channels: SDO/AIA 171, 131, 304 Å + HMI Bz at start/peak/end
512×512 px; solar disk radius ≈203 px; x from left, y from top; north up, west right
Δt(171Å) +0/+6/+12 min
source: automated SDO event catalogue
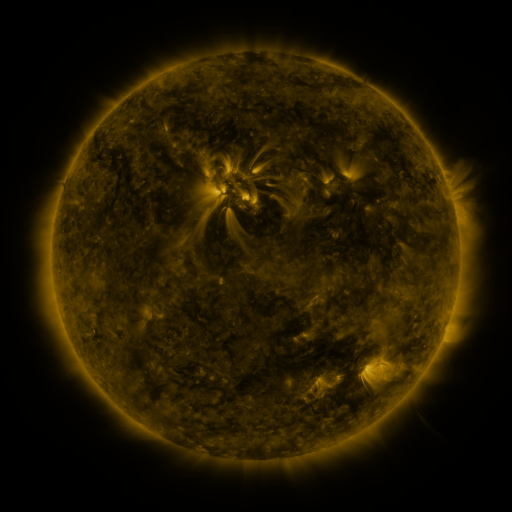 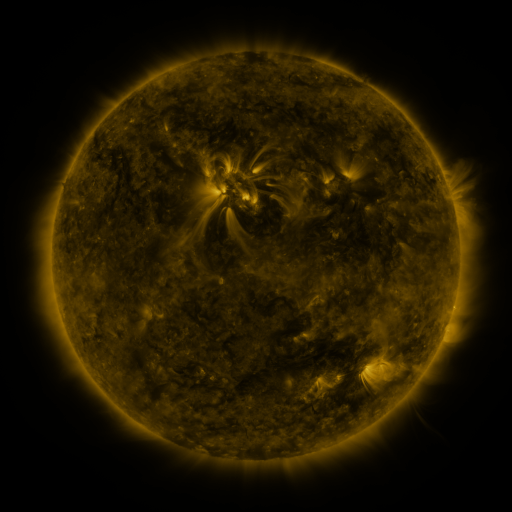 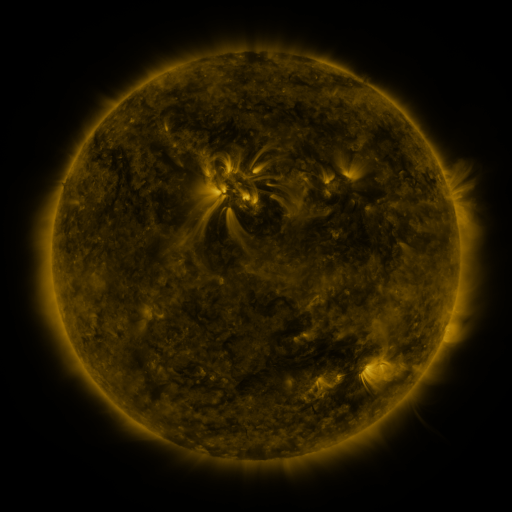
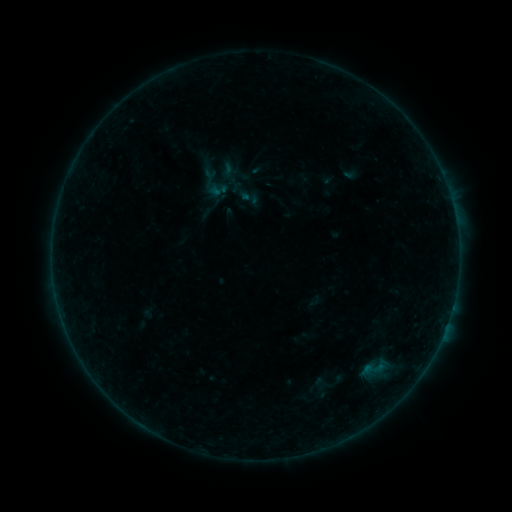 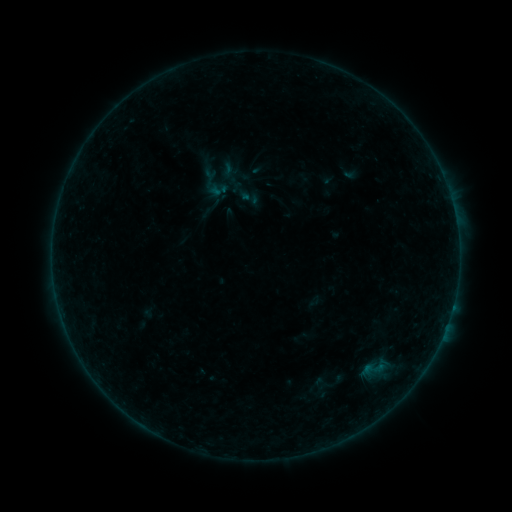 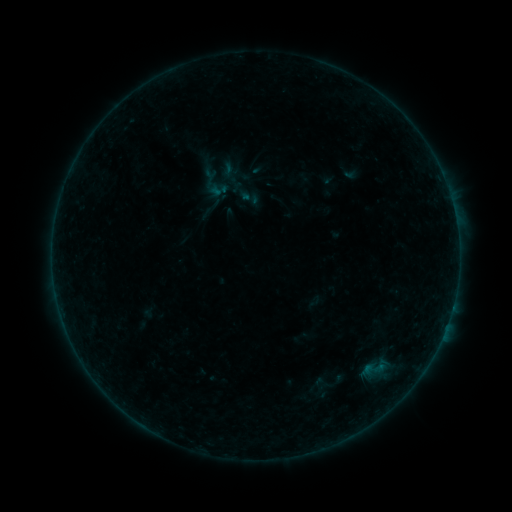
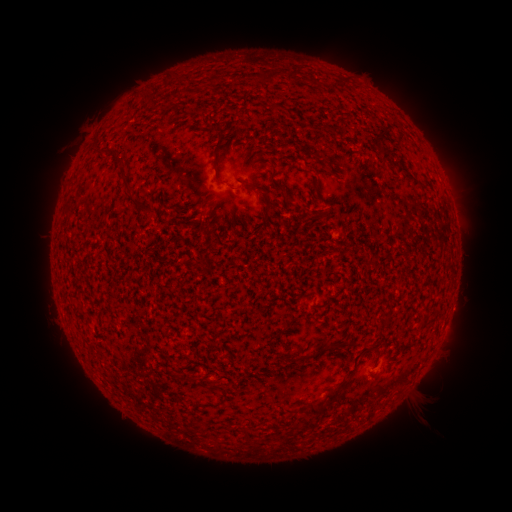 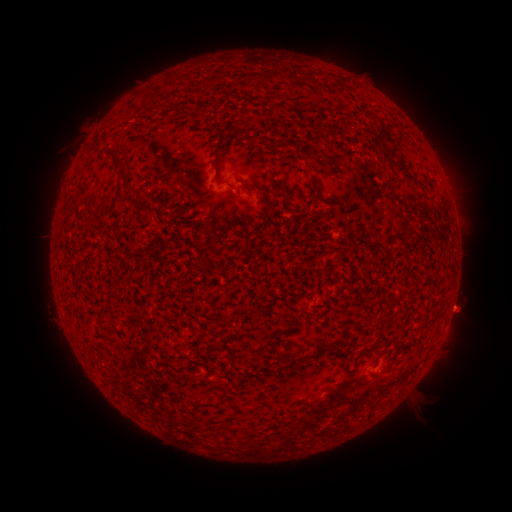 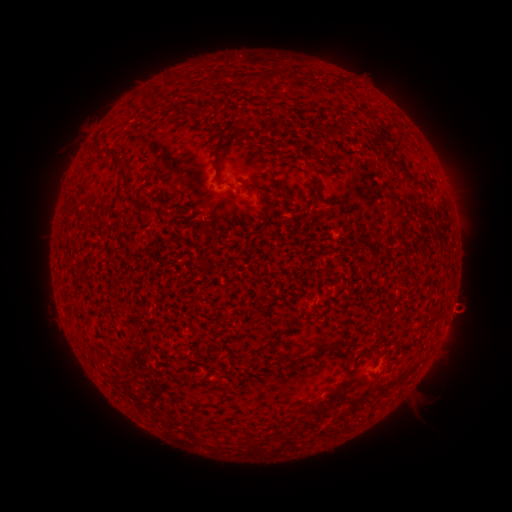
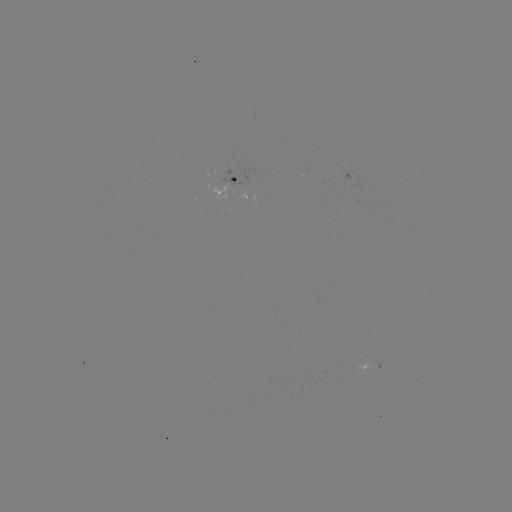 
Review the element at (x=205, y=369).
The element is B1.5 flare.